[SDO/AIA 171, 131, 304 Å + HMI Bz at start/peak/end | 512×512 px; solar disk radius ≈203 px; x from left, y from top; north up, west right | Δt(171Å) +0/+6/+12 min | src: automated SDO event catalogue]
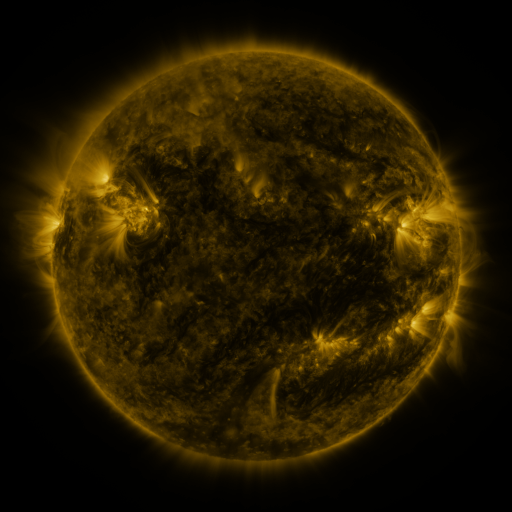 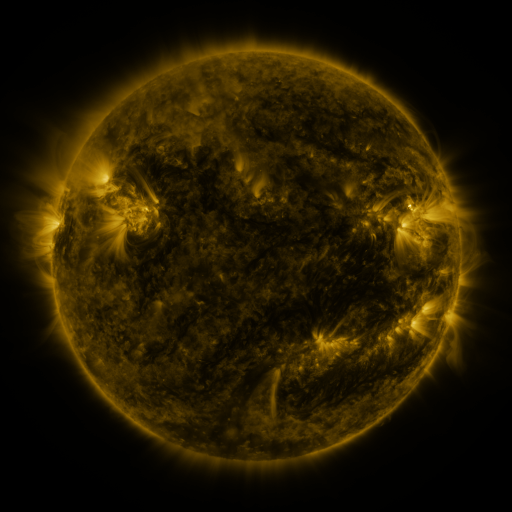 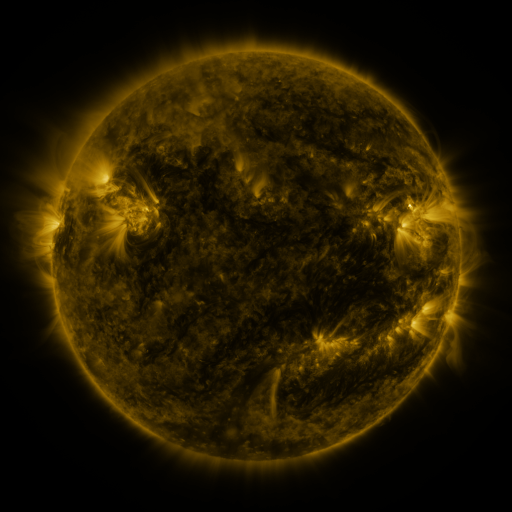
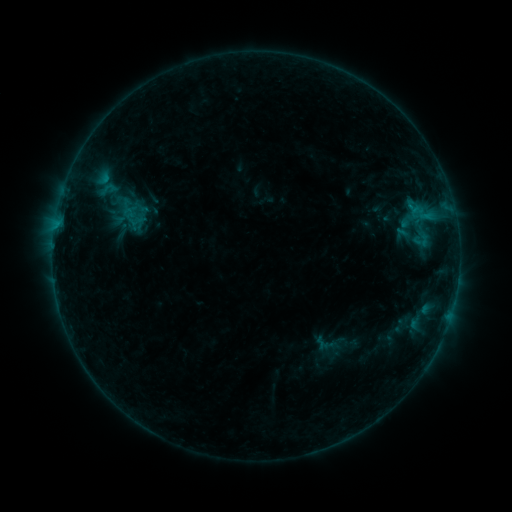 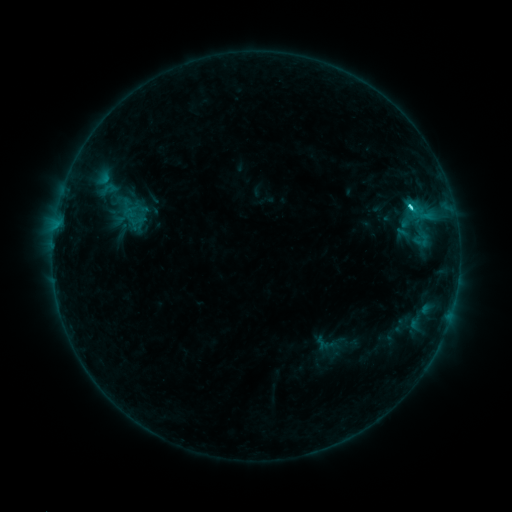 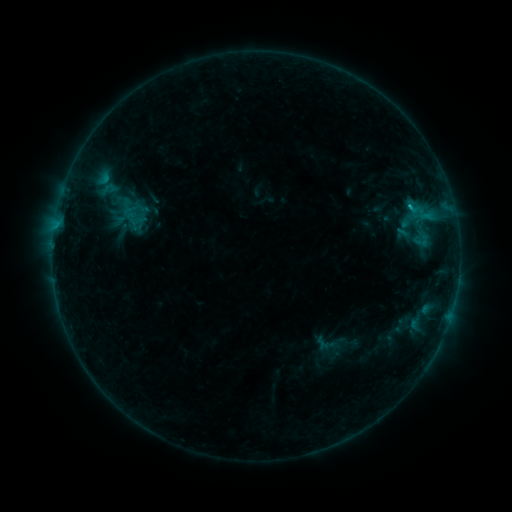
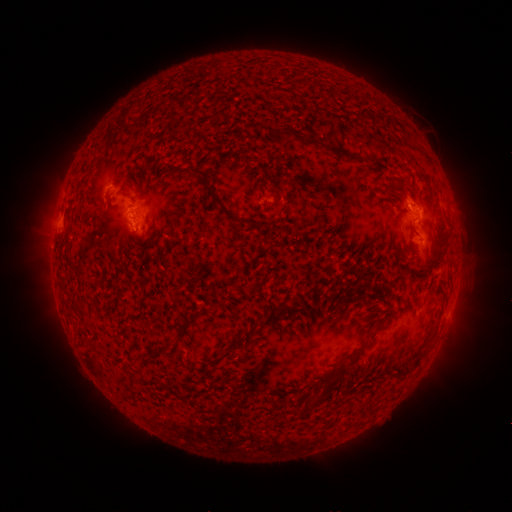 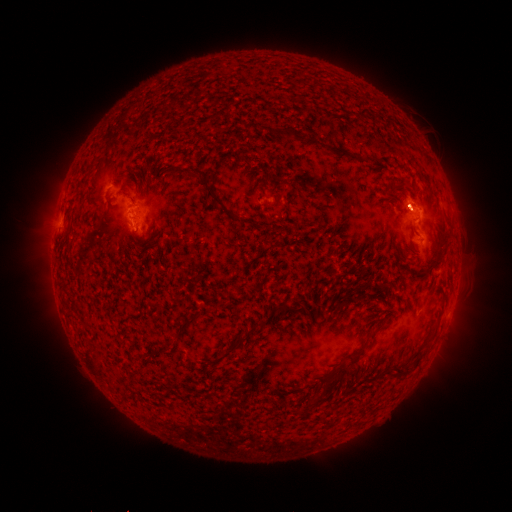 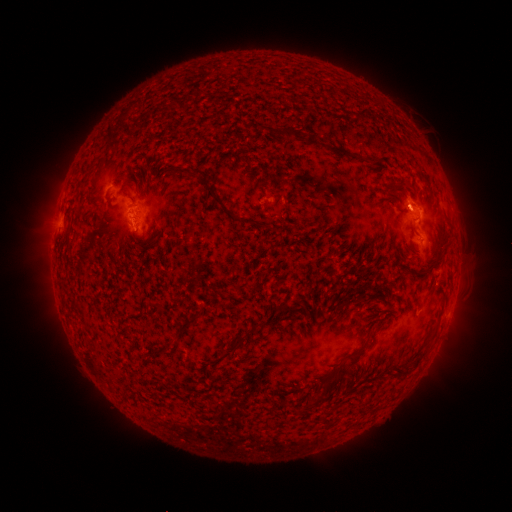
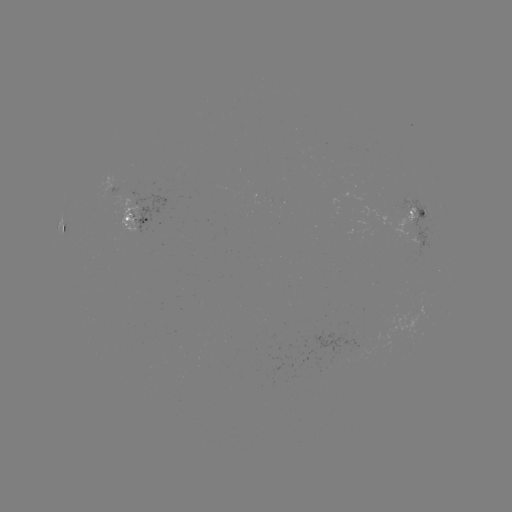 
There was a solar flare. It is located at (408, 207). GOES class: C1.6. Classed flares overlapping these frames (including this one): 1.